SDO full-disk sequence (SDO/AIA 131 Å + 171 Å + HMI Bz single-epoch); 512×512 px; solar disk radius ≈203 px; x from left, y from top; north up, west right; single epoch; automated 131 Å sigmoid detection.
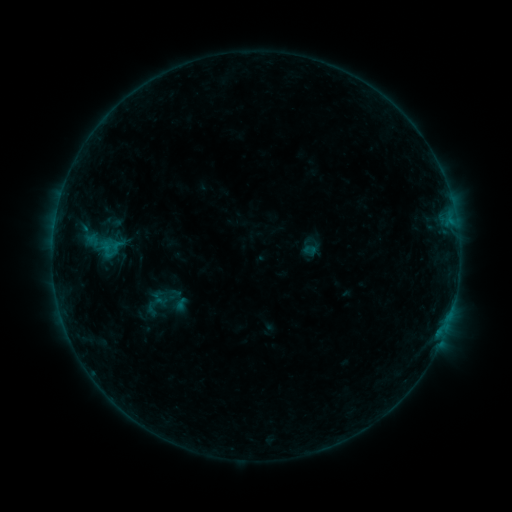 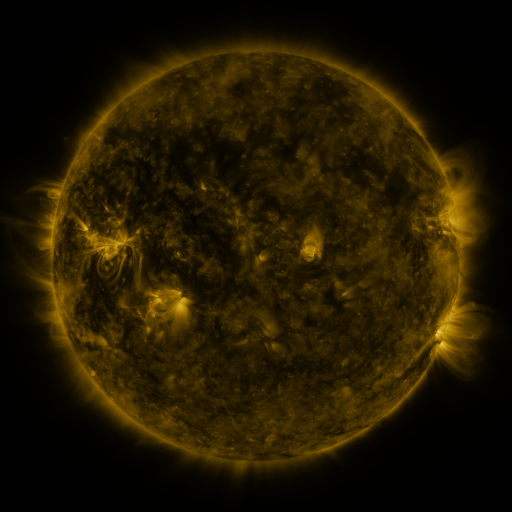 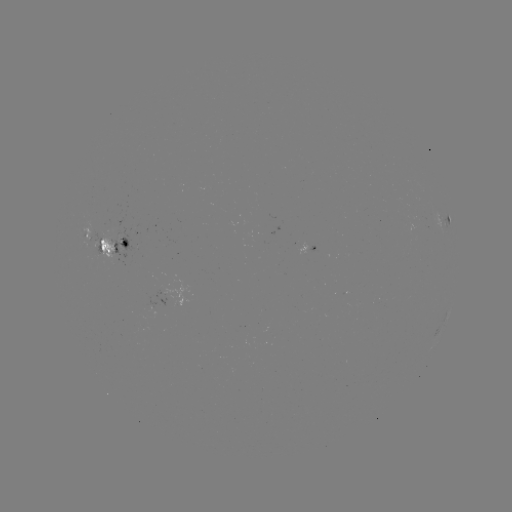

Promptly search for sigmoid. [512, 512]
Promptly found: (97, 245).